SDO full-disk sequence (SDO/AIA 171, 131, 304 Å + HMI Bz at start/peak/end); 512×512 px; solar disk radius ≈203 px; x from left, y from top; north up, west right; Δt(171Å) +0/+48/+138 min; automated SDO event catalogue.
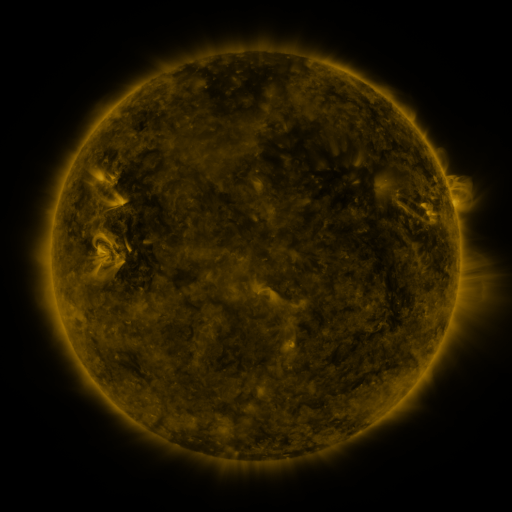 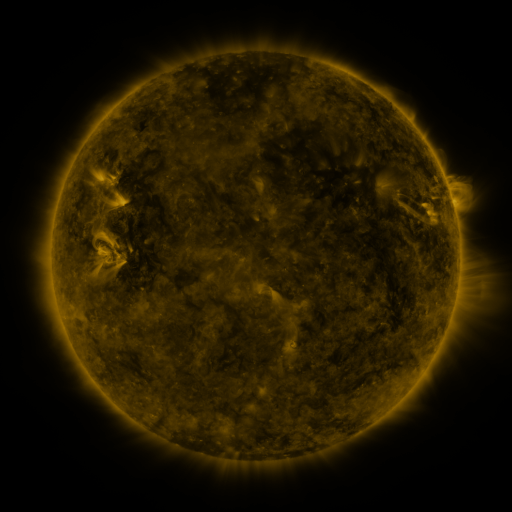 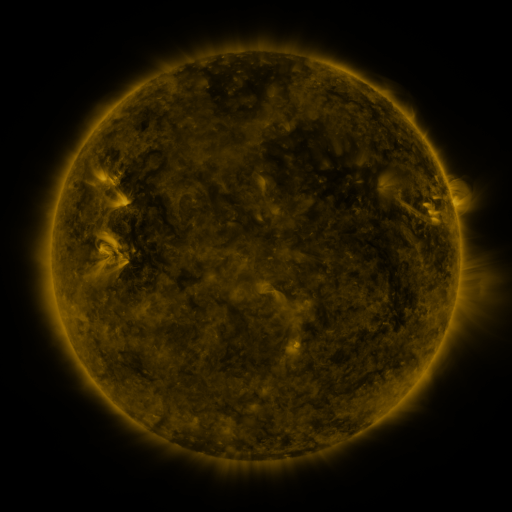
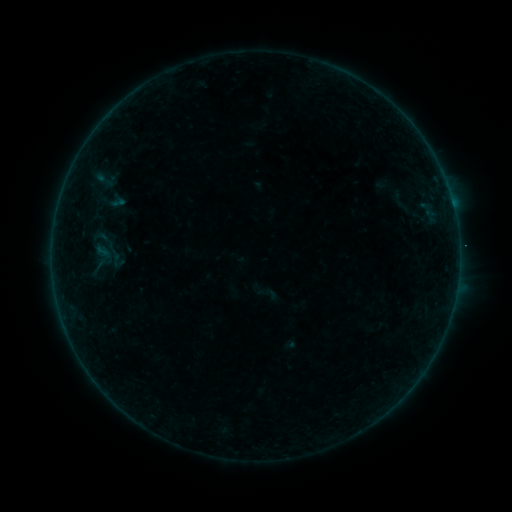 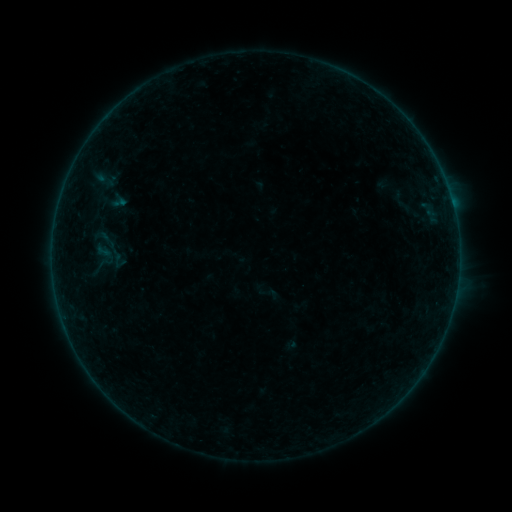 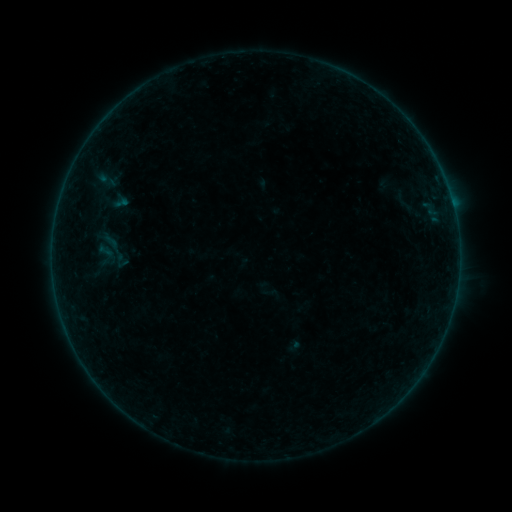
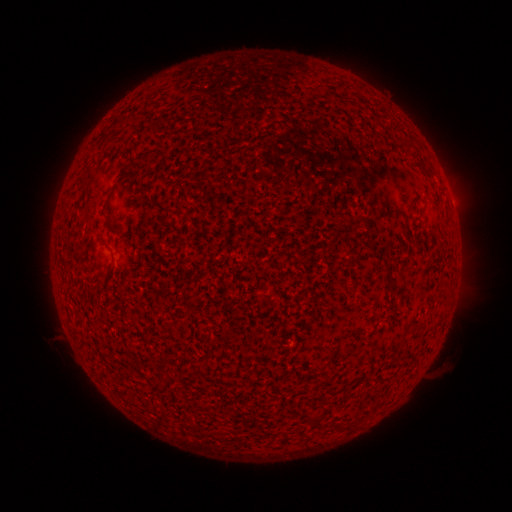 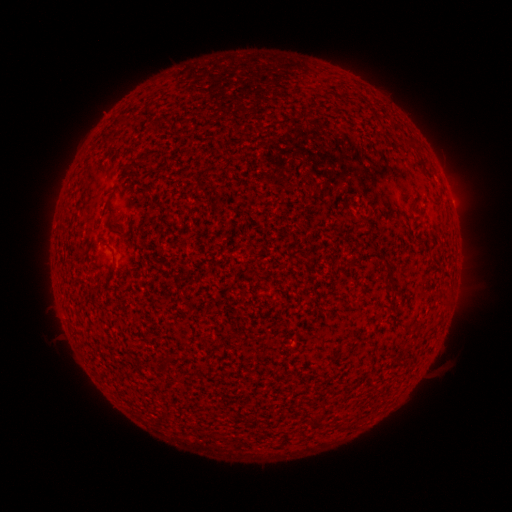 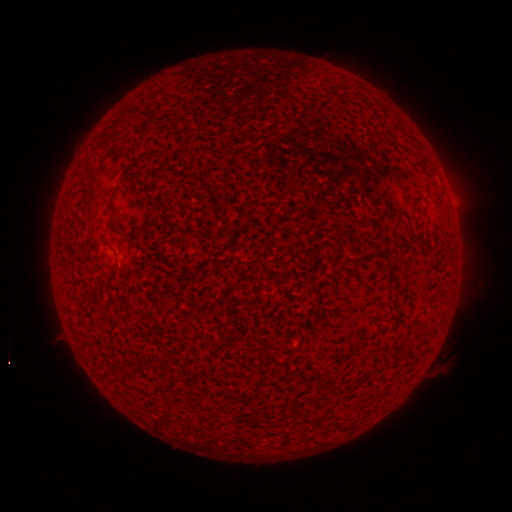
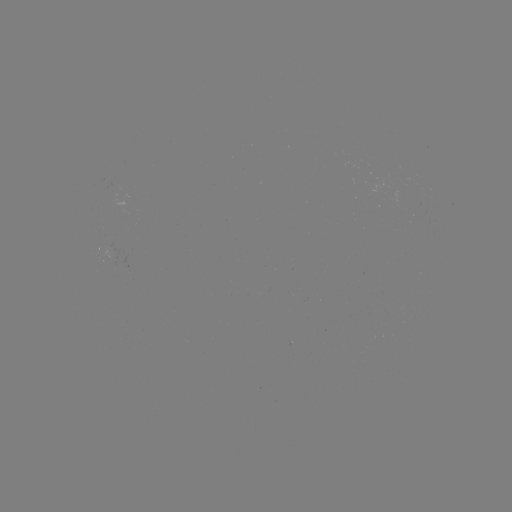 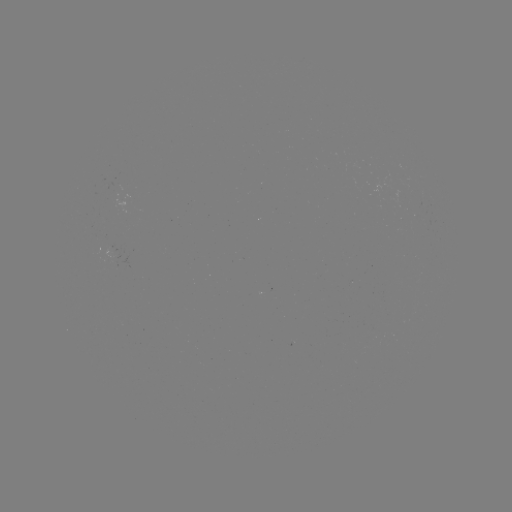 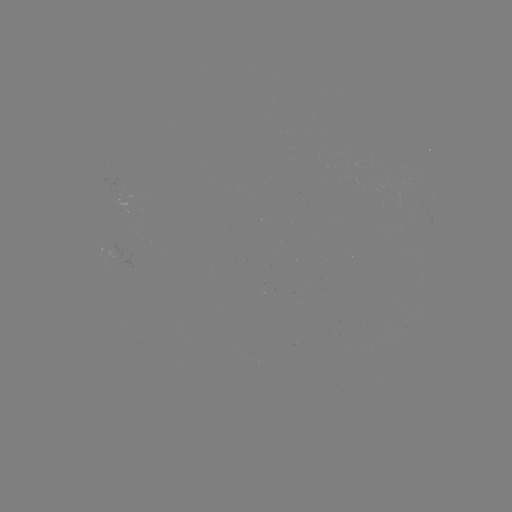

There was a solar flare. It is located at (458, 277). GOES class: B1.5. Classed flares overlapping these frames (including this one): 1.